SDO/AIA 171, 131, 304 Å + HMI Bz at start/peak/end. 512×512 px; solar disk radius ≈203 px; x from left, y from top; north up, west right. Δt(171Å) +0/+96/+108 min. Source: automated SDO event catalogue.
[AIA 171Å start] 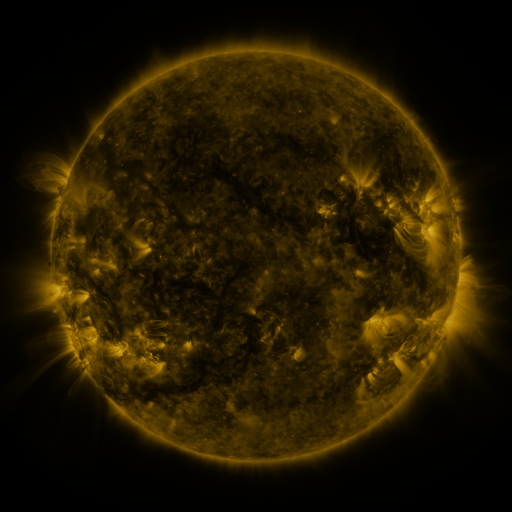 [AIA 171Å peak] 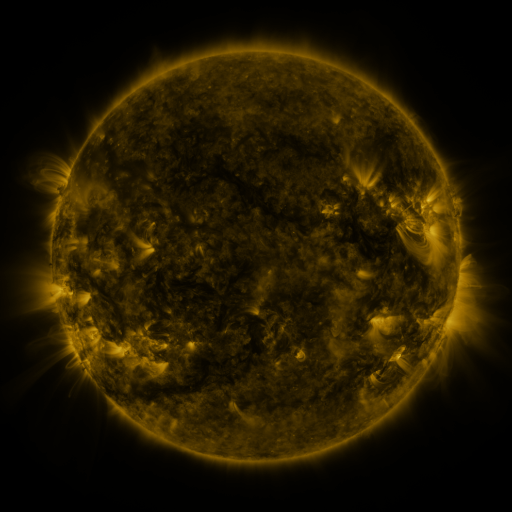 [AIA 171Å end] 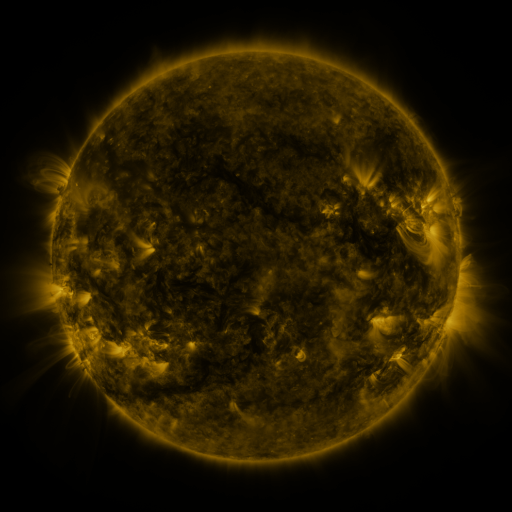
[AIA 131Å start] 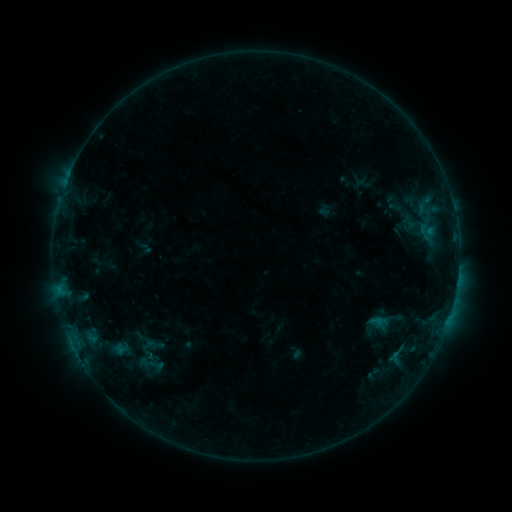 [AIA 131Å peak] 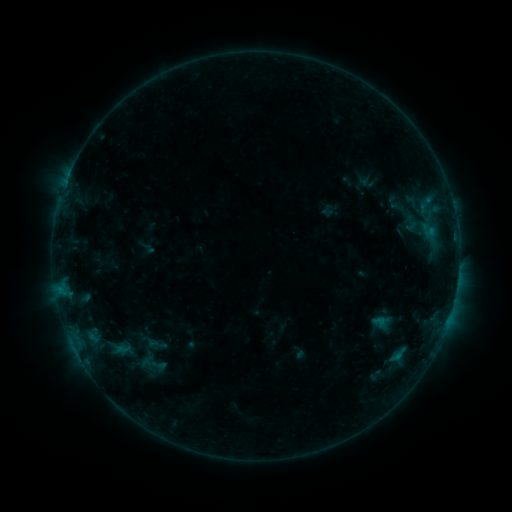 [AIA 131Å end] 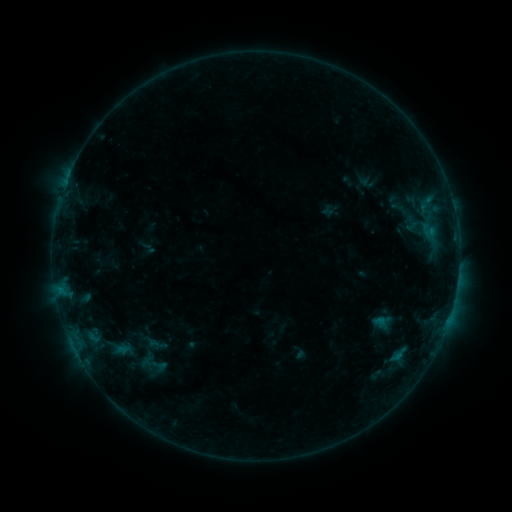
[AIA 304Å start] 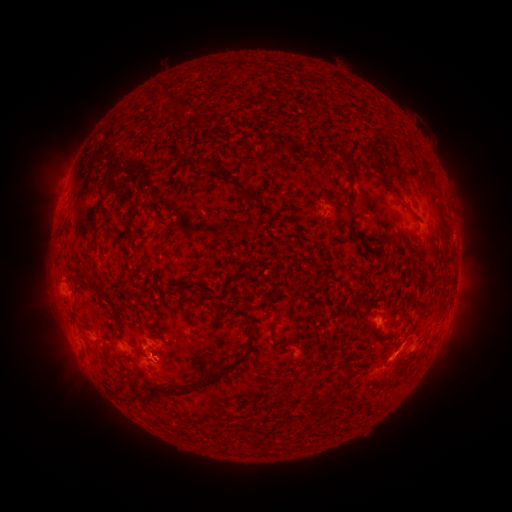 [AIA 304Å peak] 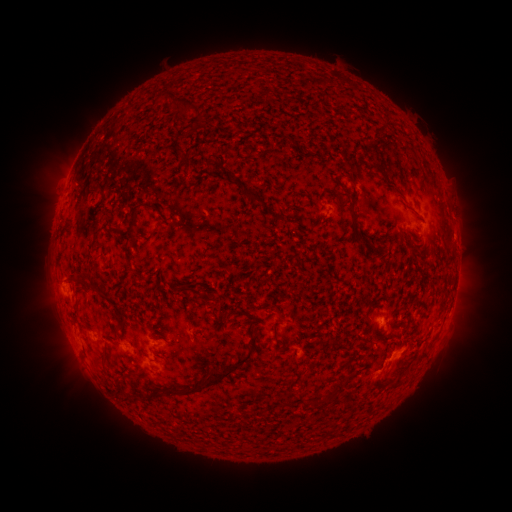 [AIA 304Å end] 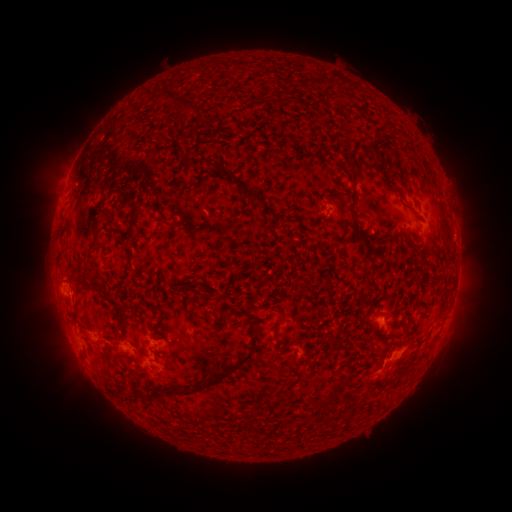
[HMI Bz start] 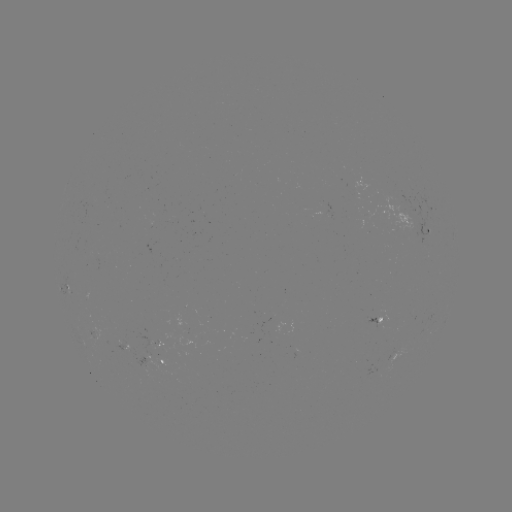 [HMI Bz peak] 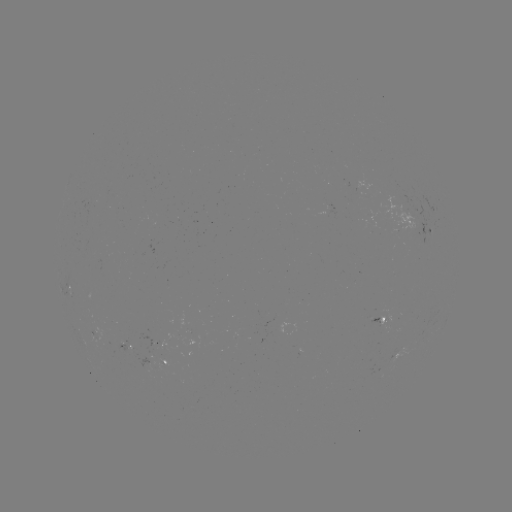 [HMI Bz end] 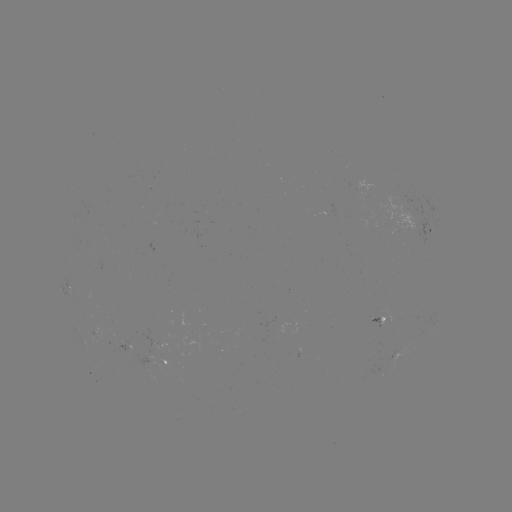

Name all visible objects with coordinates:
emerging-flux region: (396, 353)
